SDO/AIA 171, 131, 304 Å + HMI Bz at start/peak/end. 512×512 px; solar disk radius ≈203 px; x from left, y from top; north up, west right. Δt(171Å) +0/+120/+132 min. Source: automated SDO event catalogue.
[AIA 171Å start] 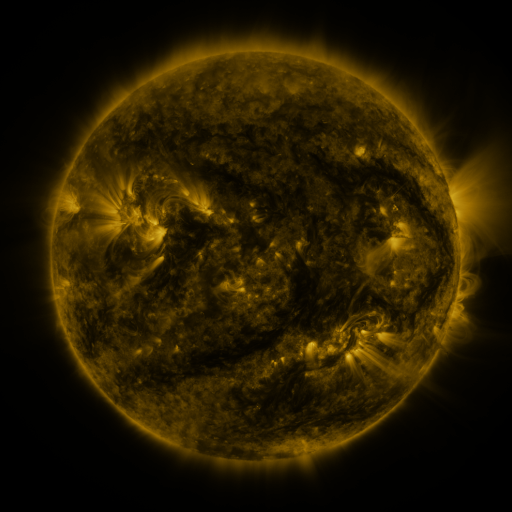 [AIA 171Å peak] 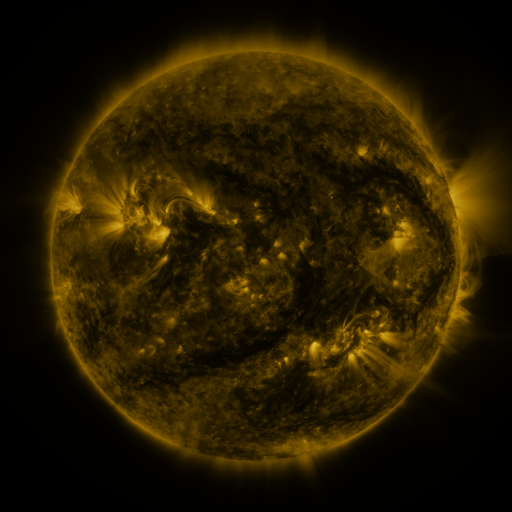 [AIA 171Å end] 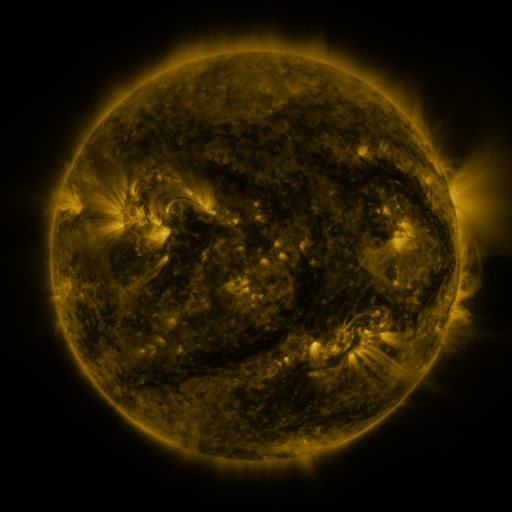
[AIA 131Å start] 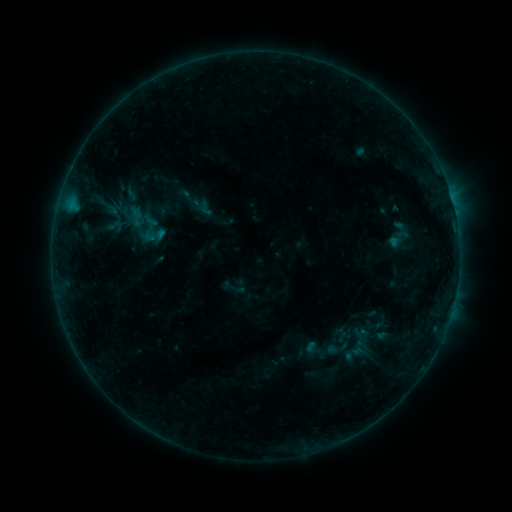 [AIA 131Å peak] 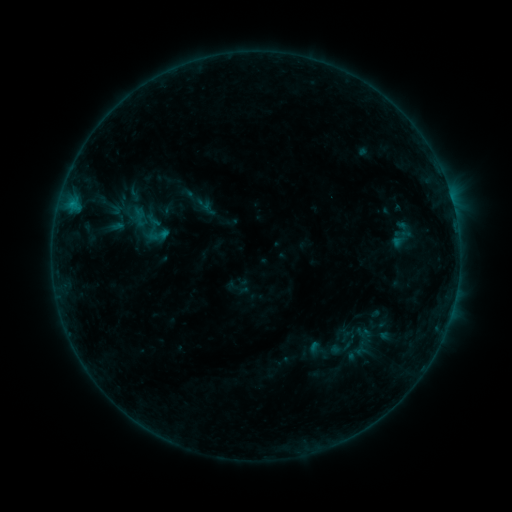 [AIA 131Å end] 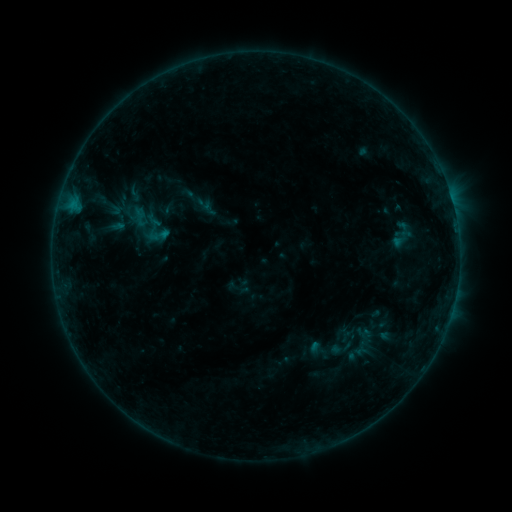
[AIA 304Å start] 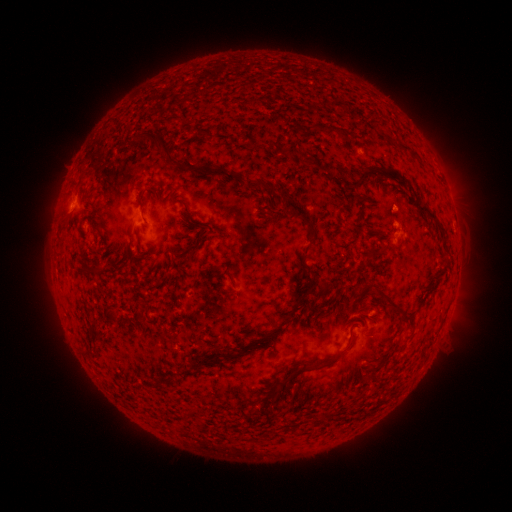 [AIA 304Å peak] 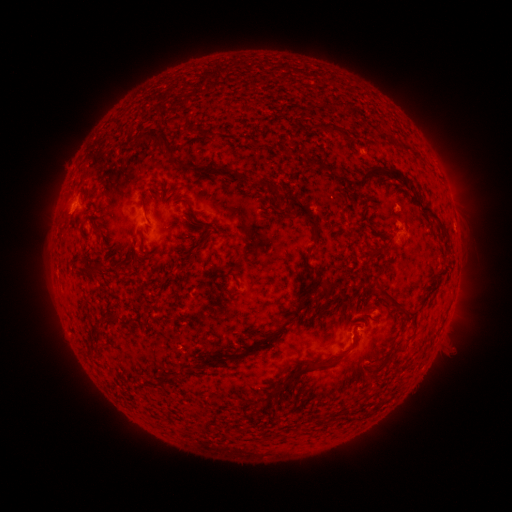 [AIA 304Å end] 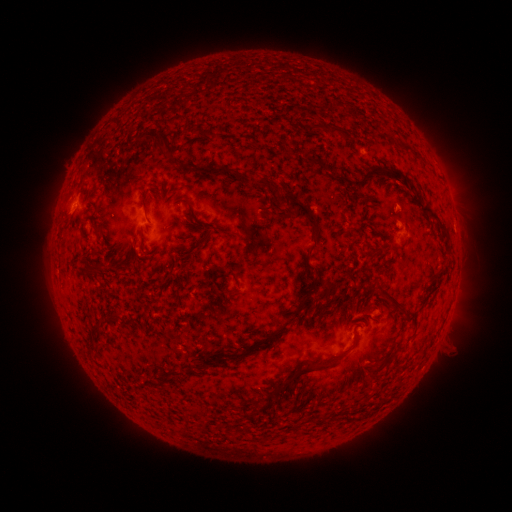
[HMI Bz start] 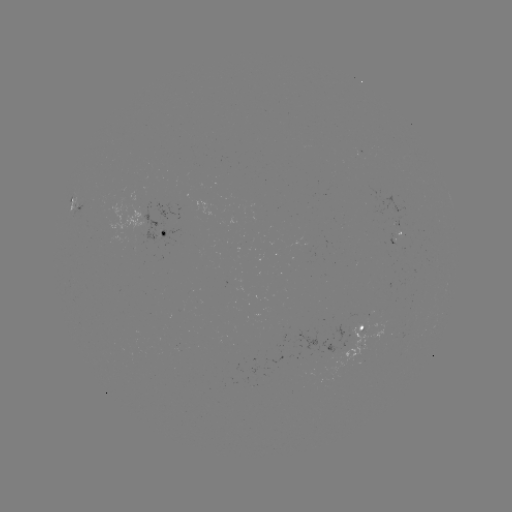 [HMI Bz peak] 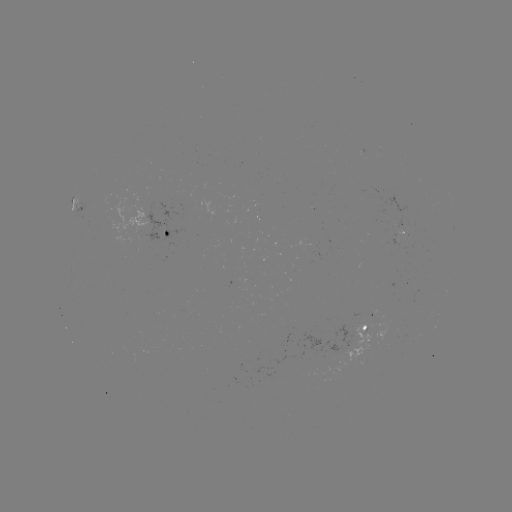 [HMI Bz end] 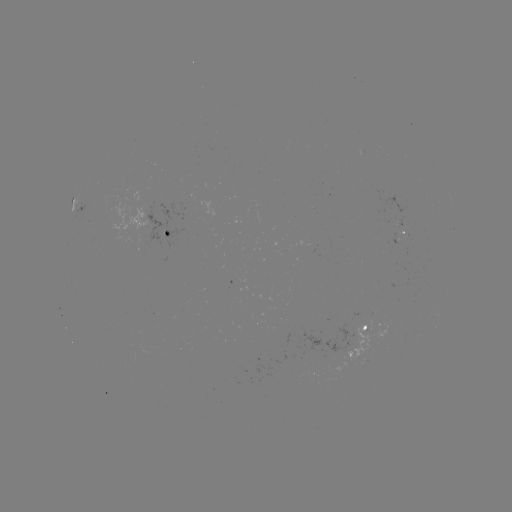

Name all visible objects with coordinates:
emerging-flux region: (395, 204)
